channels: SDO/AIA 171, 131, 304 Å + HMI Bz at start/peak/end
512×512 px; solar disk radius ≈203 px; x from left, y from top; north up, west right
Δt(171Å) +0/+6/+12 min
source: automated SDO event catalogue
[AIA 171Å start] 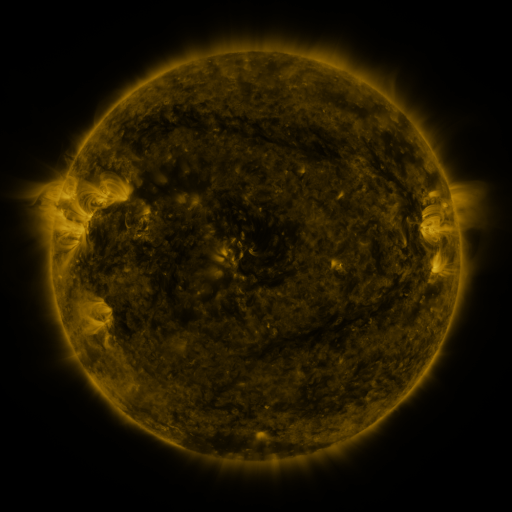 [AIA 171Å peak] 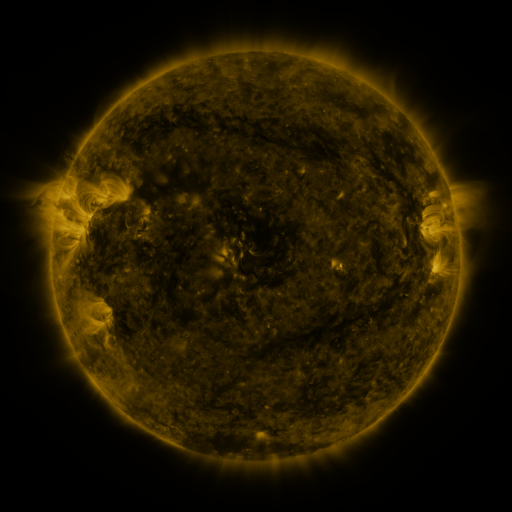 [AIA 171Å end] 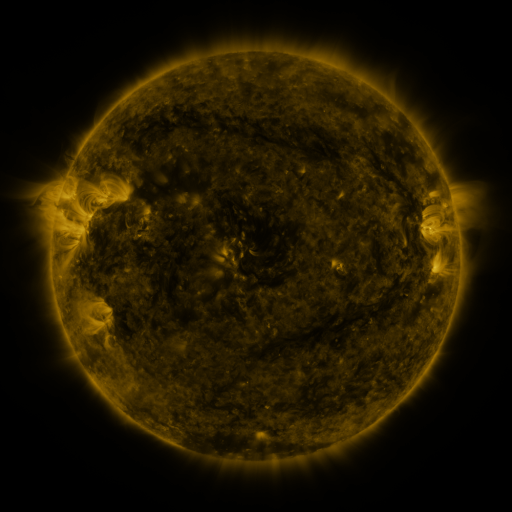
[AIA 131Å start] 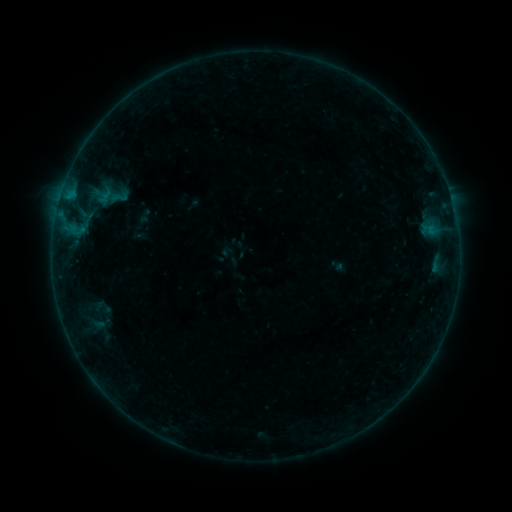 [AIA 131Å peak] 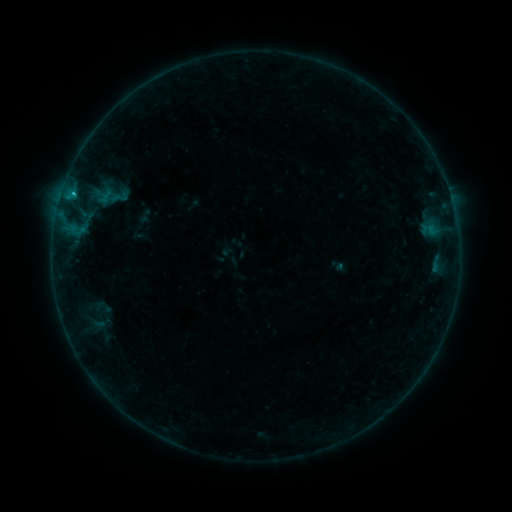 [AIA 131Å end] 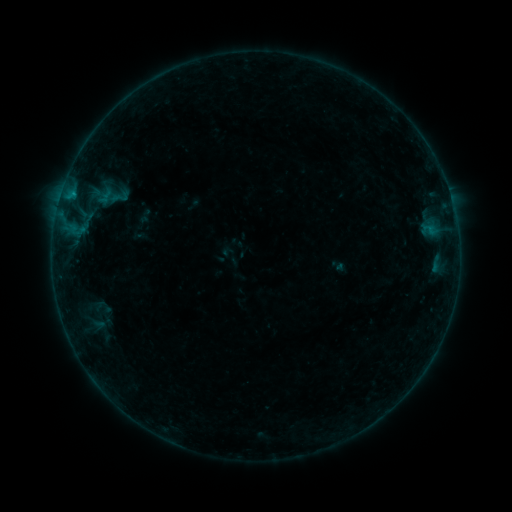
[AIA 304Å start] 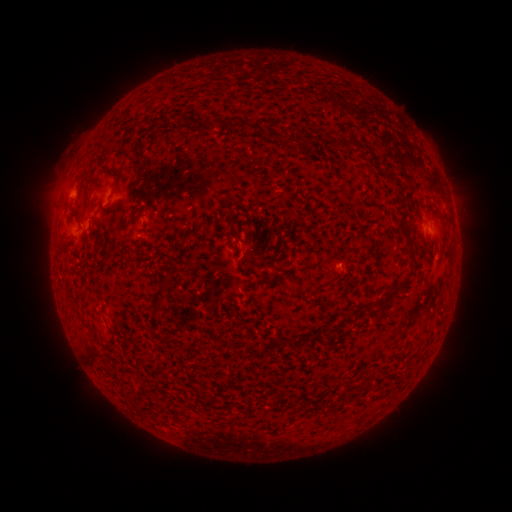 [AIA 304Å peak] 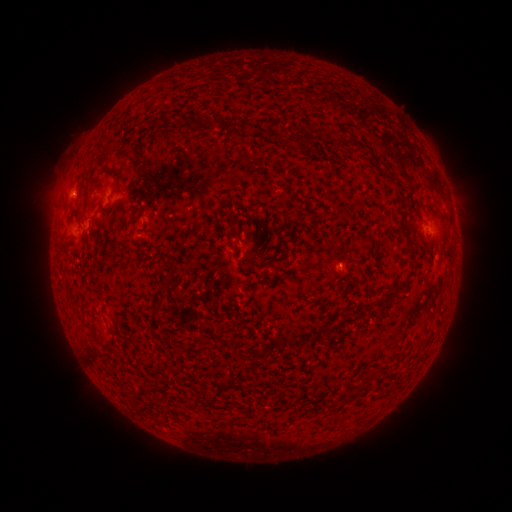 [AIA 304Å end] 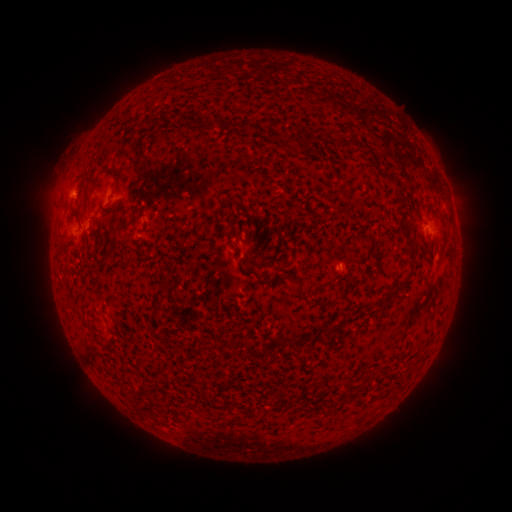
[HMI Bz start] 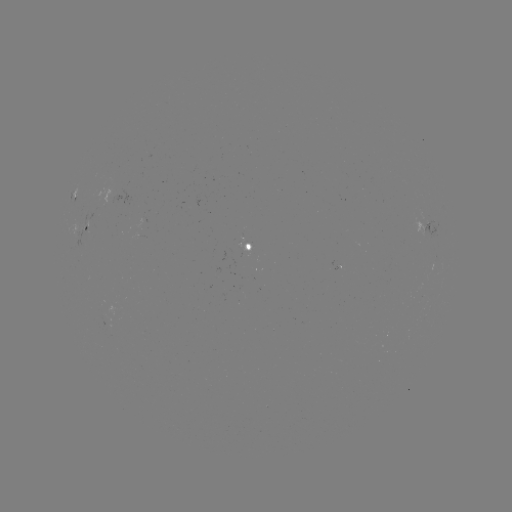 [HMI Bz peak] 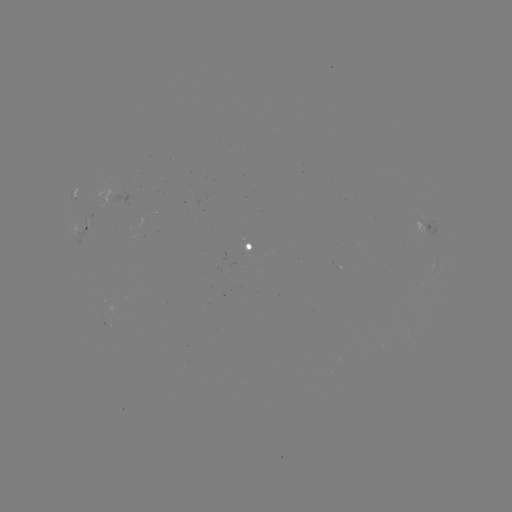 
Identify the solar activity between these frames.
B4.0 flare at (74, 194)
